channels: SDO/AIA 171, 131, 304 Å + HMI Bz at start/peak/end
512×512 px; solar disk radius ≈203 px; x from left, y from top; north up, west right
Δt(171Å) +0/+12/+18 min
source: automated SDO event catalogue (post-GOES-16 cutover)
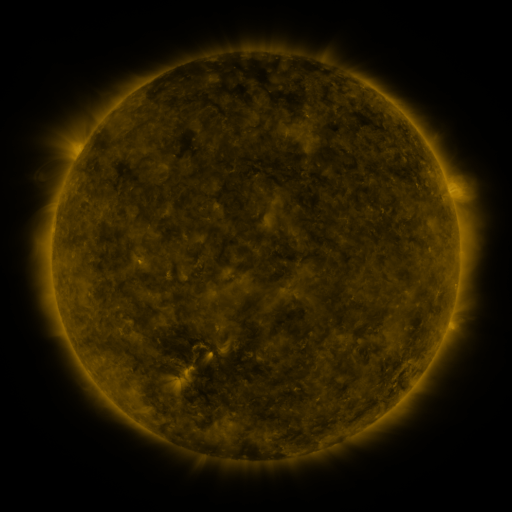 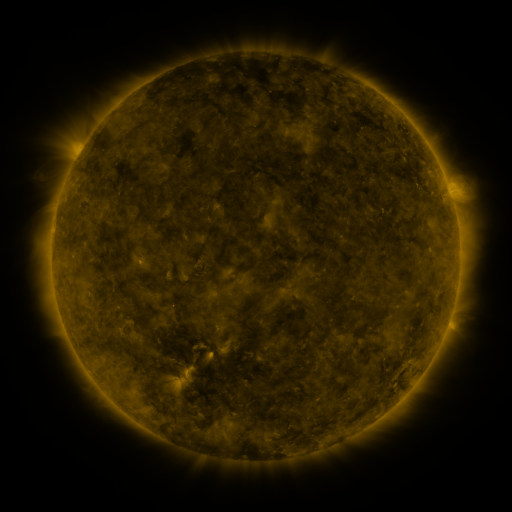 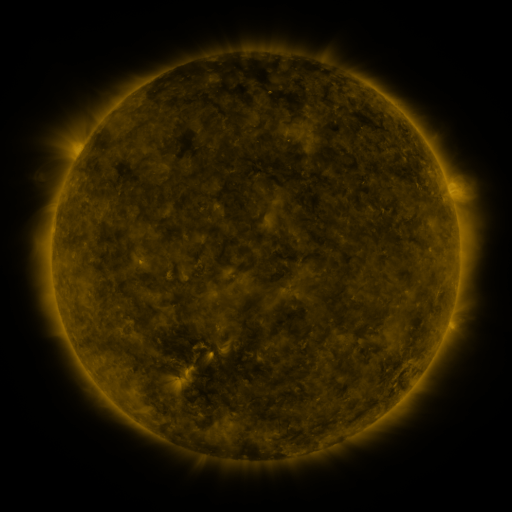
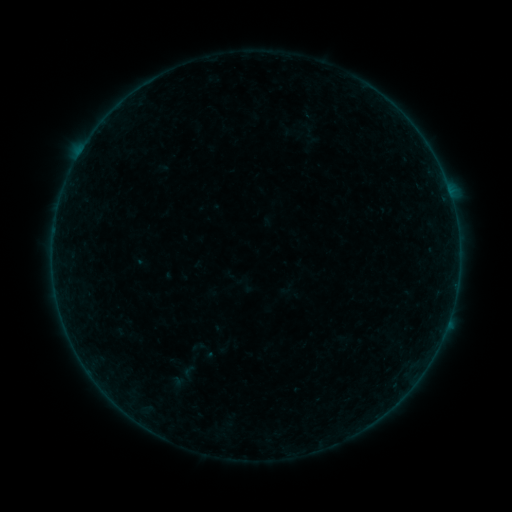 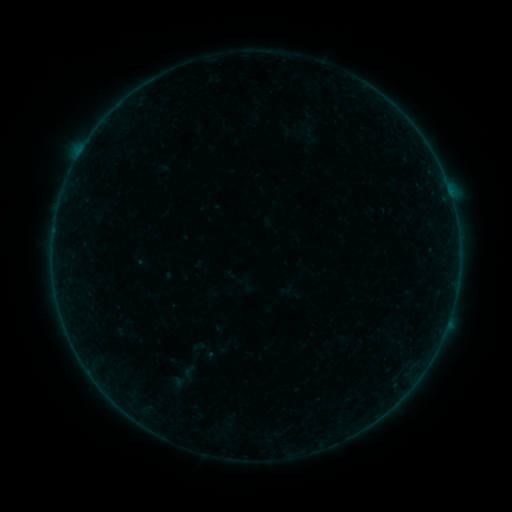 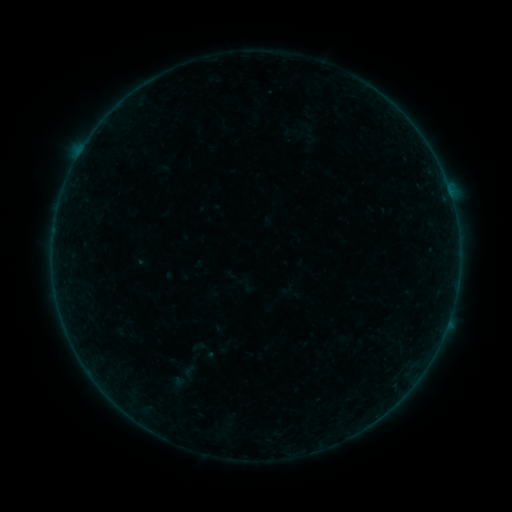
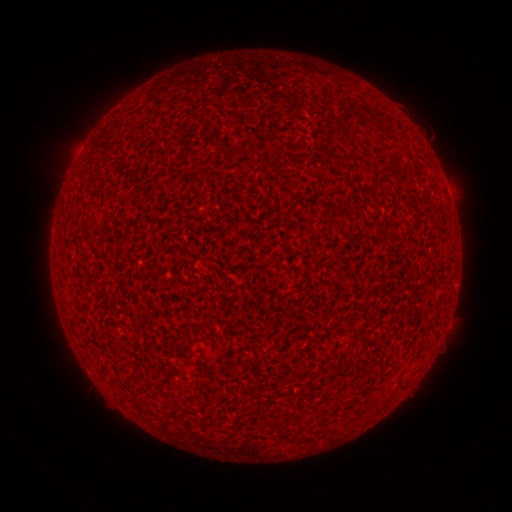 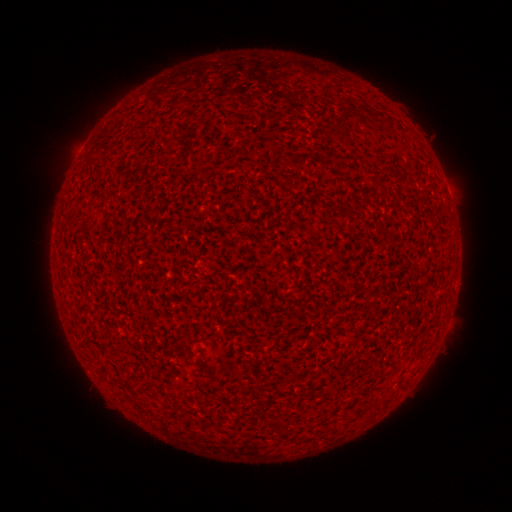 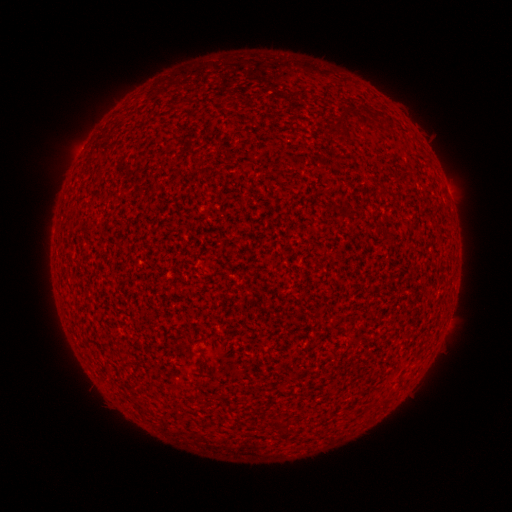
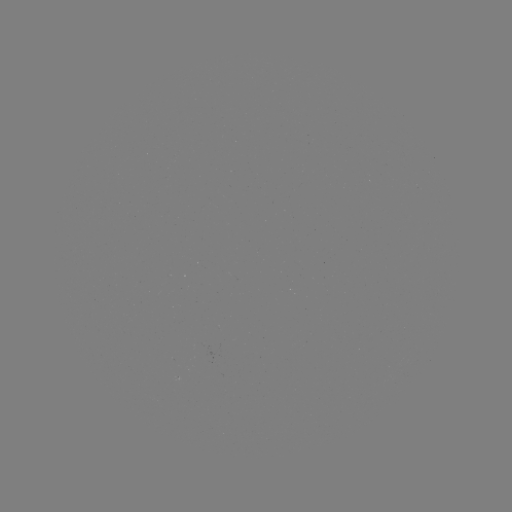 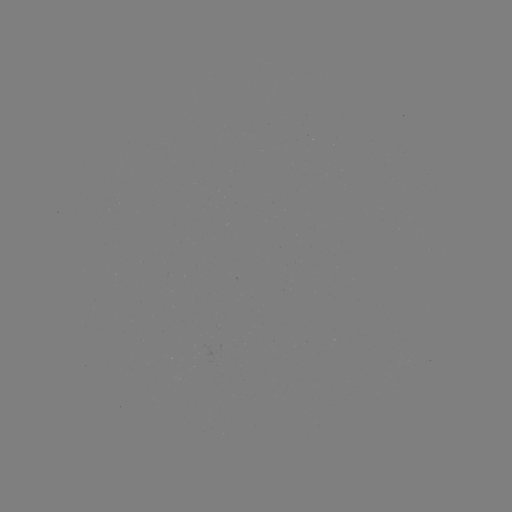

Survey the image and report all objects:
A1.9 flare: (449, 194)
